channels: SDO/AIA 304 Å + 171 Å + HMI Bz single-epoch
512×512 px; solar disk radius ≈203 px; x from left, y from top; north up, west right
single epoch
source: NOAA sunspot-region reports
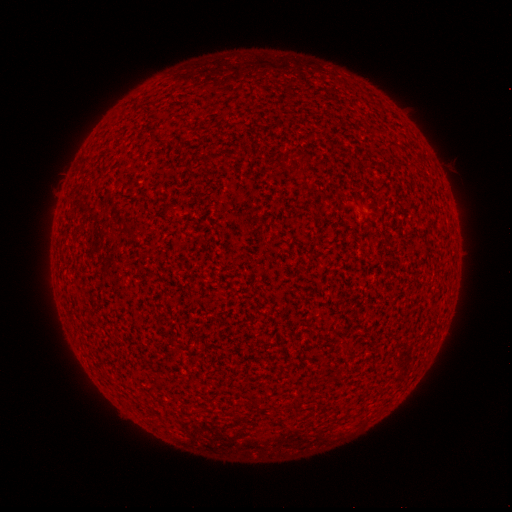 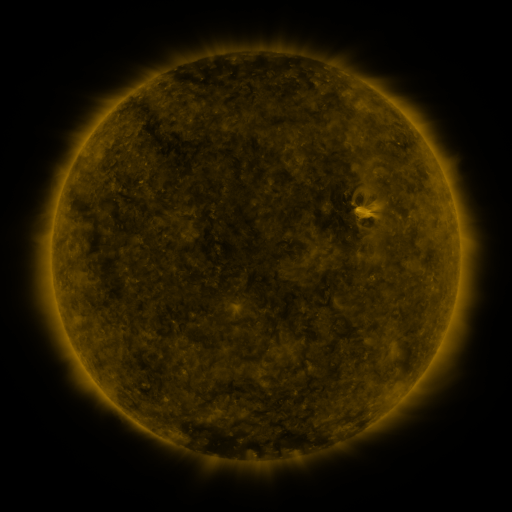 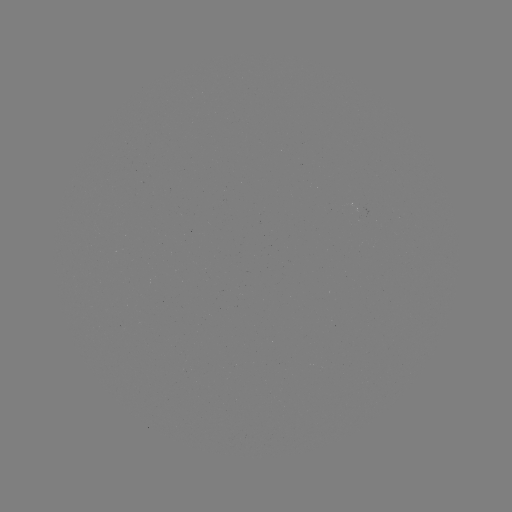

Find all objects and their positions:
(none)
